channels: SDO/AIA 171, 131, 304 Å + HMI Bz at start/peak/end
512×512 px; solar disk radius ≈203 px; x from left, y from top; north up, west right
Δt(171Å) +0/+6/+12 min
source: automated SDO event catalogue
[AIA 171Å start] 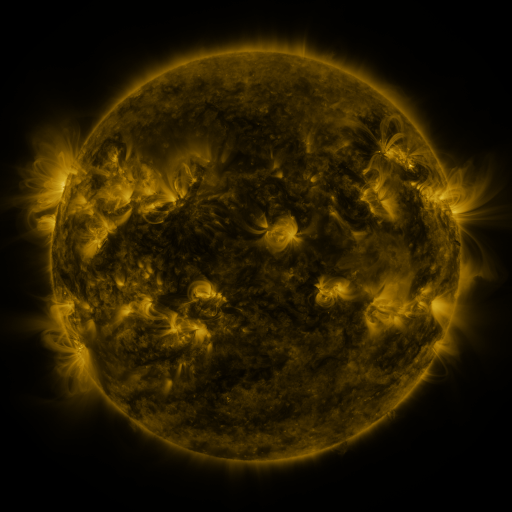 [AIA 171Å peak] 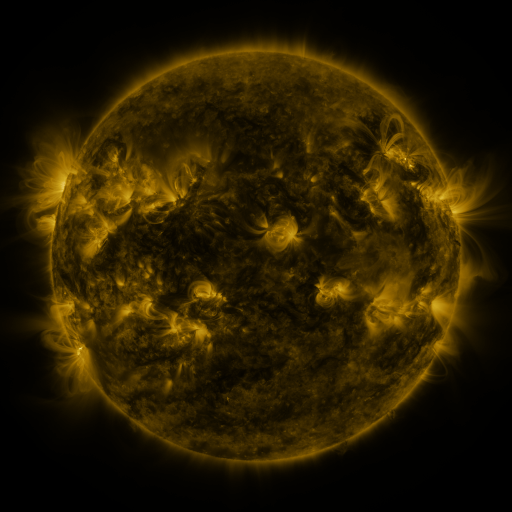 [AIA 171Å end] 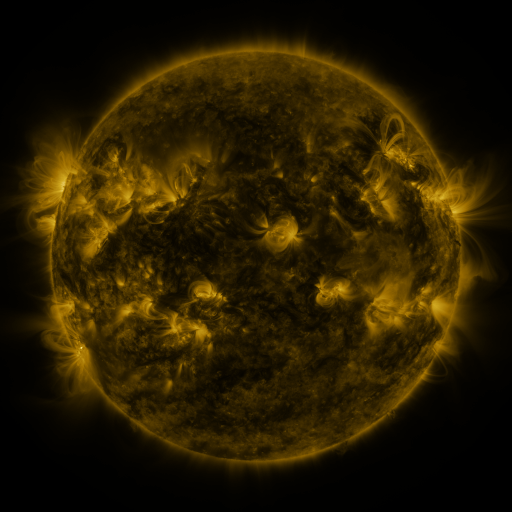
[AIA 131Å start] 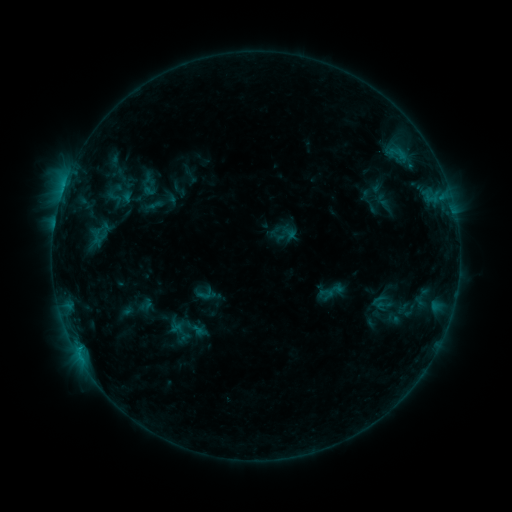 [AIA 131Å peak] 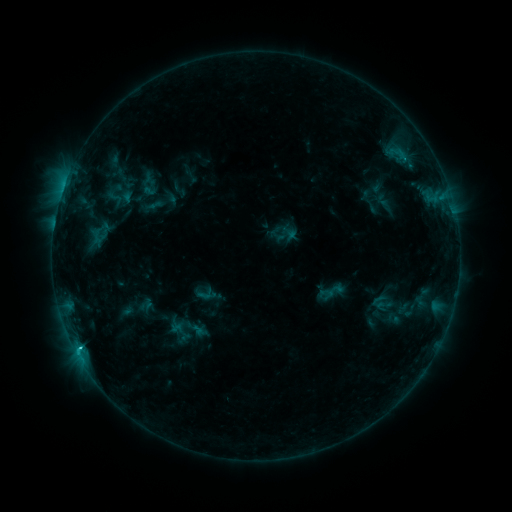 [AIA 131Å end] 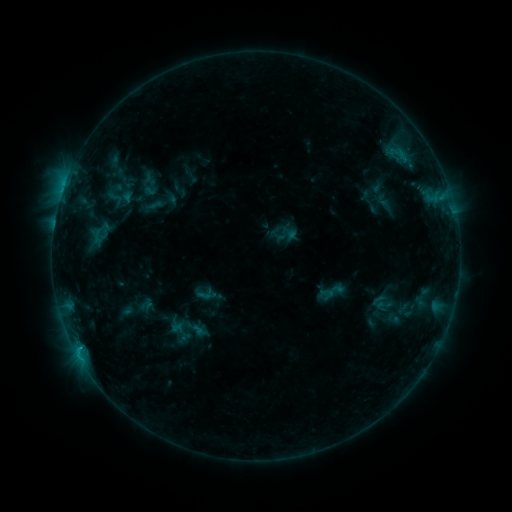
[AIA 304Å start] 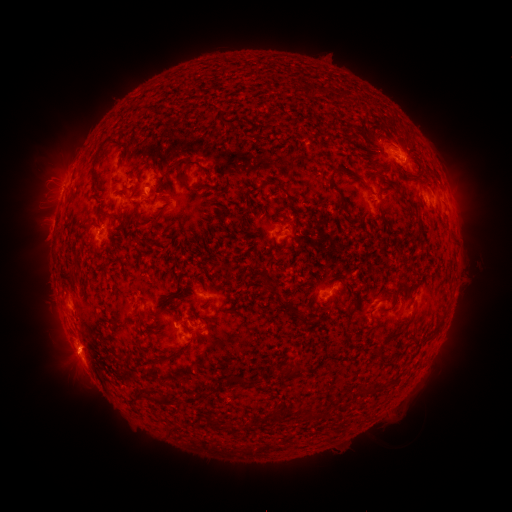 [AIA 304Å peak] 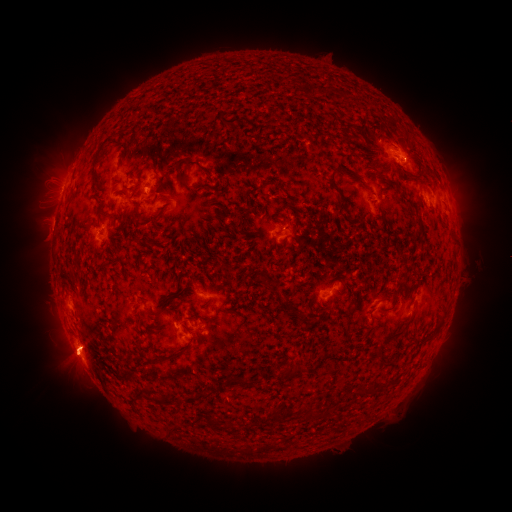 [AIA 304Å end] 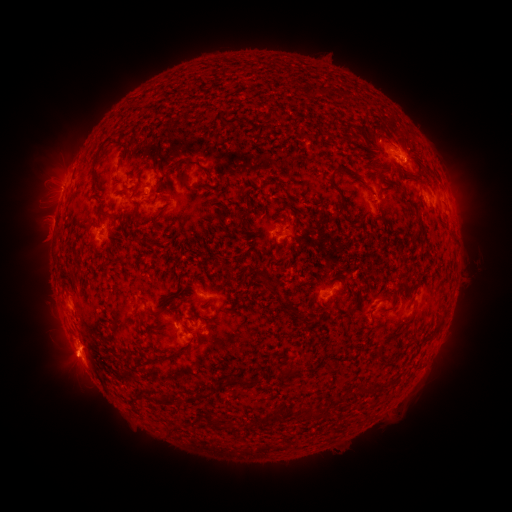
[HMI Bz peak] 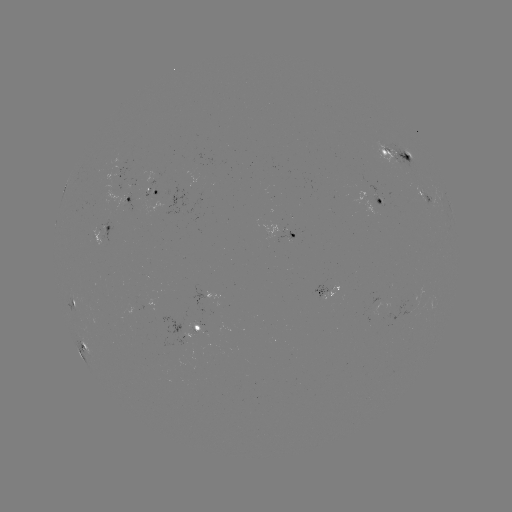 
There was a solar flare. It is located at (80, 345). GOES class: C1.4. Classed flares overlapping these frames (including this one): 1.